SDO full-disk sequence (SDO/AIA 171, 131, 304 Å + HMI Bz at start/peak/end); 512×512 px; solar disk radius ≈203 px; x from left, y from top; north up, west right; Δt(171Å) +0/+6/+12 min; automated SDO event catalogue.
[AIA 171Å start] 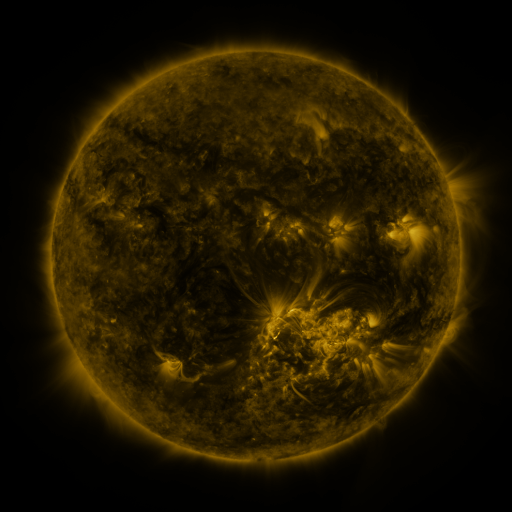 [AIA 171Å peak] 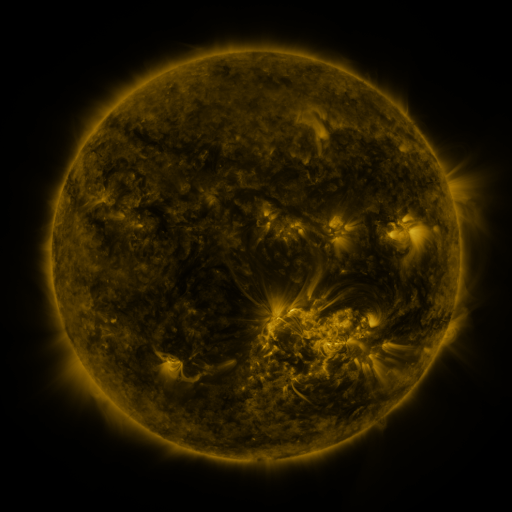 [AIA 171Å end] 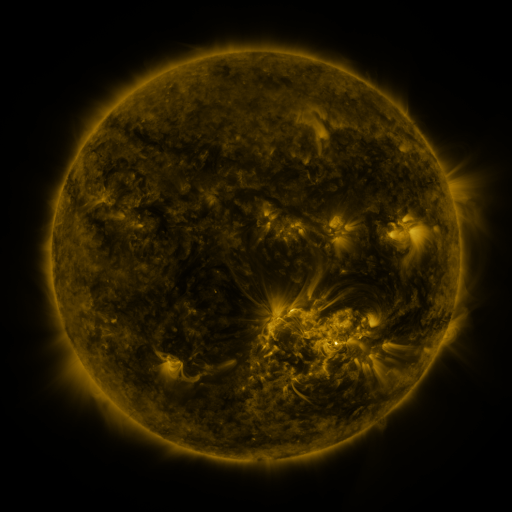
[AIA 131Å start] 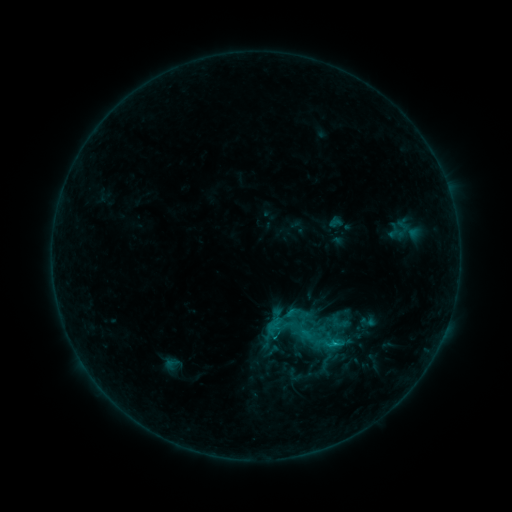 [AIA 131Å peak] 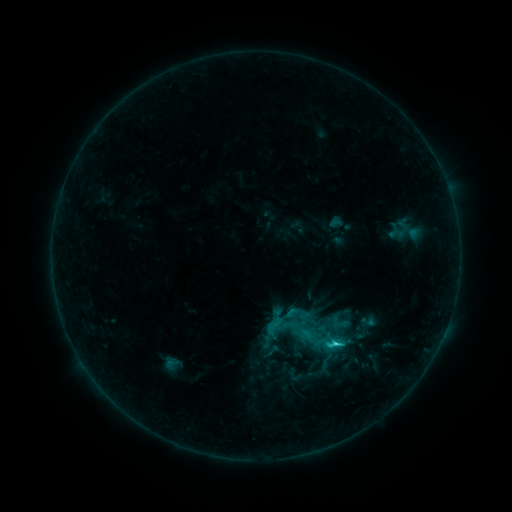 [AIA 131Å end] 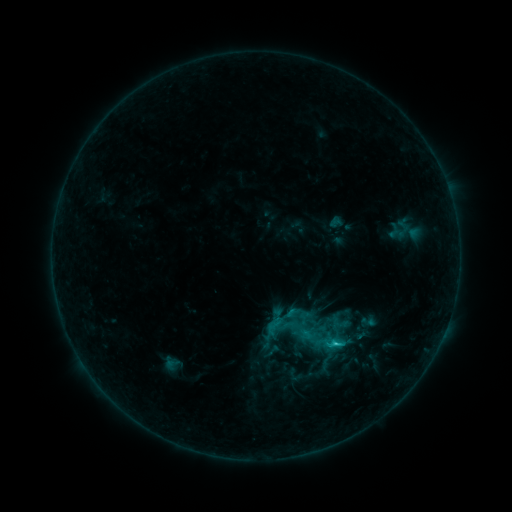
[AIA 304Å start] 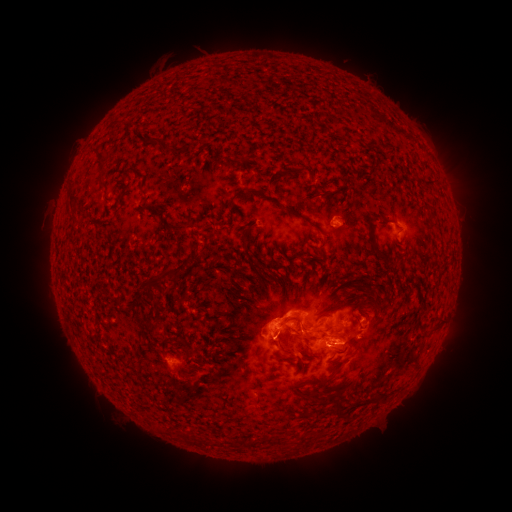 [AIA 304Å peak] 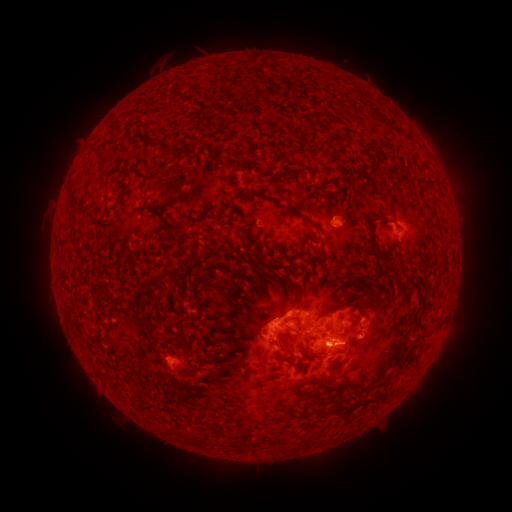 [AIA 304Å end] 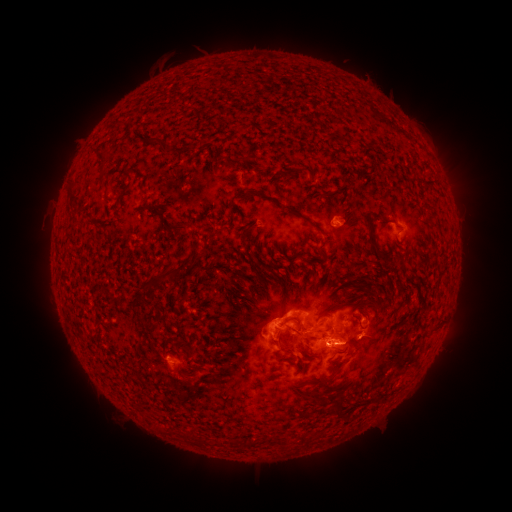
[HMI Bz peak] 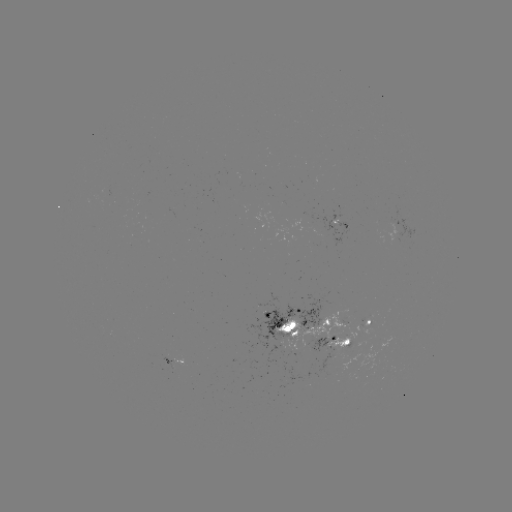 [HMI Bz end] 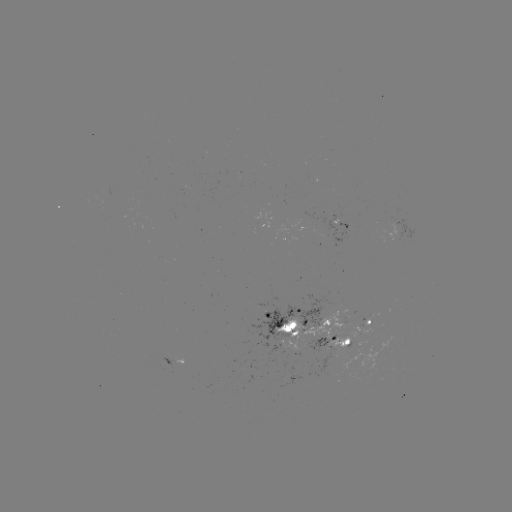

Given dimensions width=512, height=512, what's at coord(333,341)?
C2.4 flare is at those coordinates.